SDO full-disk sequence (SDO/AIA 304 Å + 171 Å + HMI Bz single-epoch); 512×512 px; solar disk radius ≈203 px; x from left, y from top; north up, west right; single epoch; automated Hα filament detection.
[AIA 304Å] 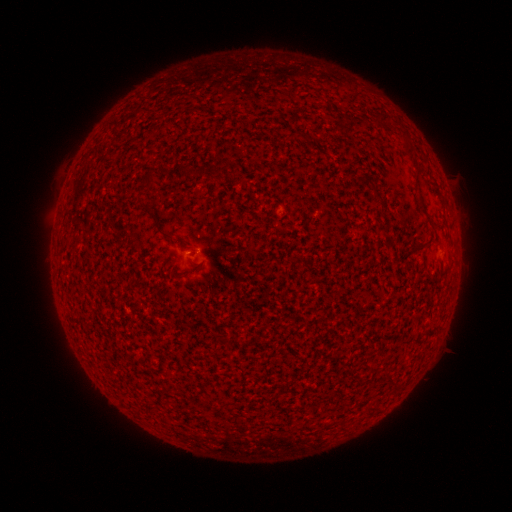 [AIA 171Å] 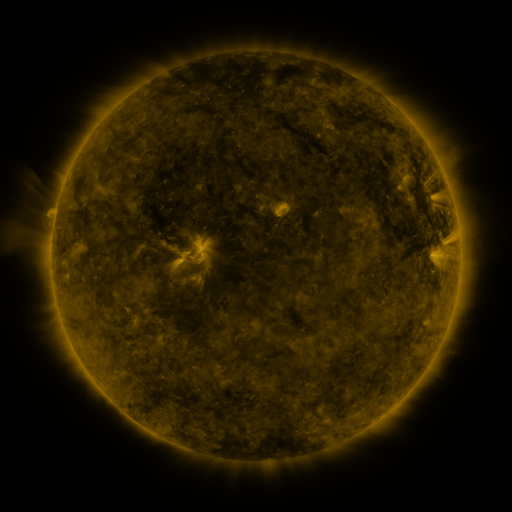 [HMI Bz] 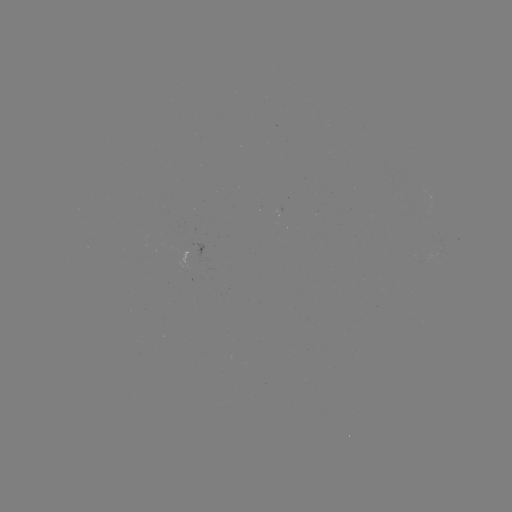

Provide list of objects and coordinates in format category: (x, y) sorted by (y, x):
filament: (381, 121)
filament: (408, 148)
filament: (148, 179)
filament: (376, 191)
filament: (421, 201)
filament: (154, 216)
filament: (191, 271)
filament: (389, 378)
filament: (208, 403)
